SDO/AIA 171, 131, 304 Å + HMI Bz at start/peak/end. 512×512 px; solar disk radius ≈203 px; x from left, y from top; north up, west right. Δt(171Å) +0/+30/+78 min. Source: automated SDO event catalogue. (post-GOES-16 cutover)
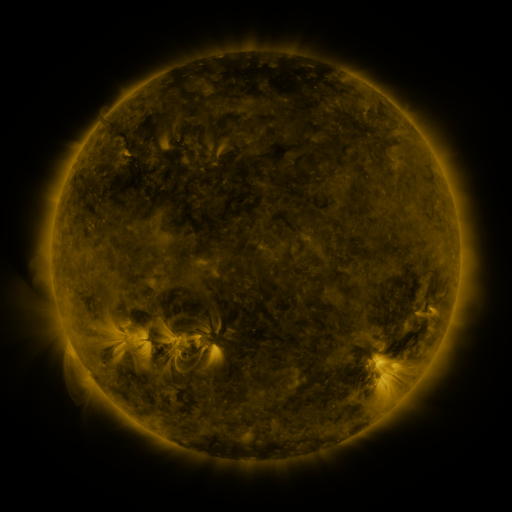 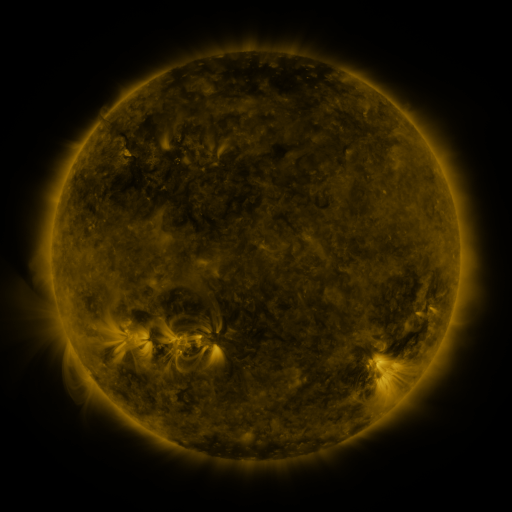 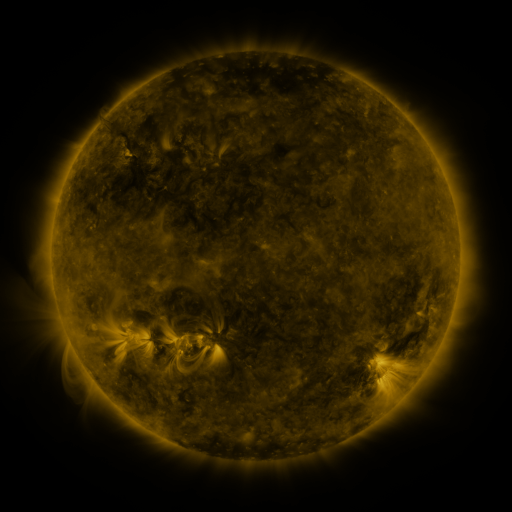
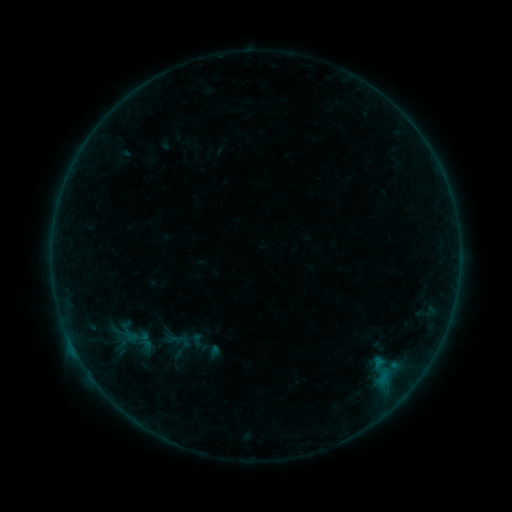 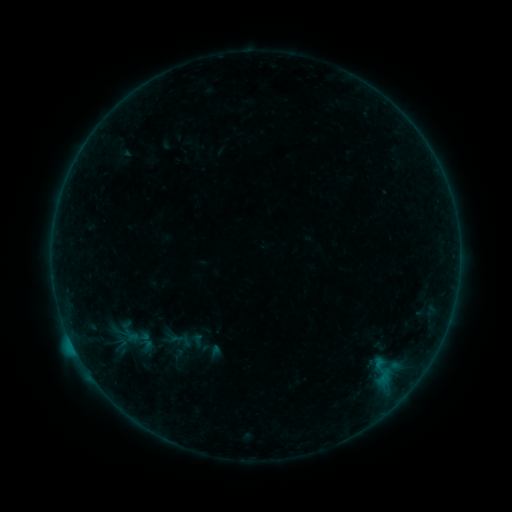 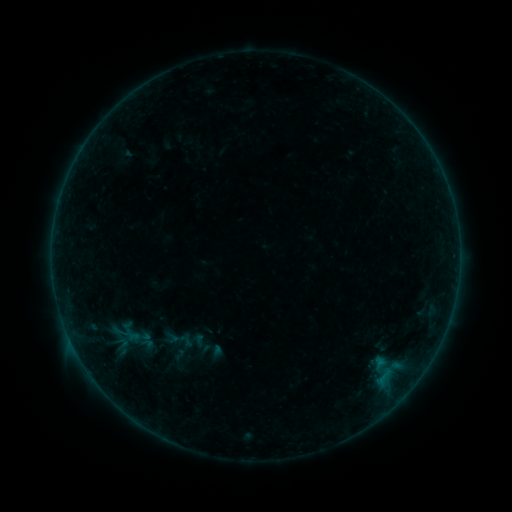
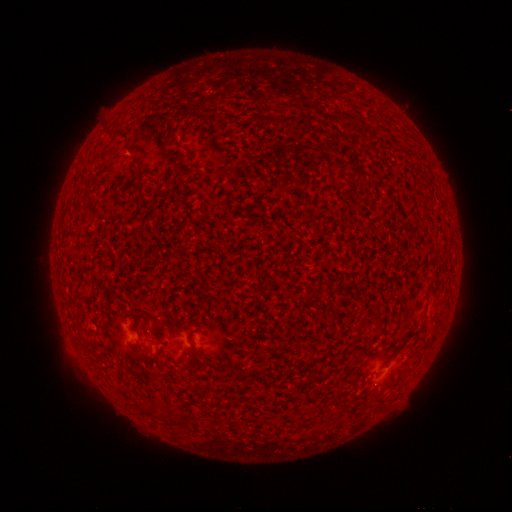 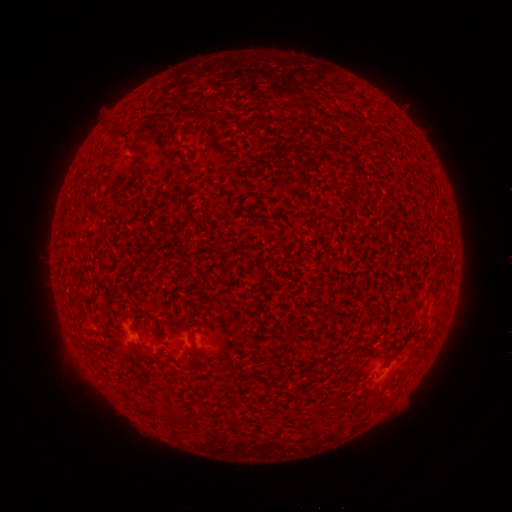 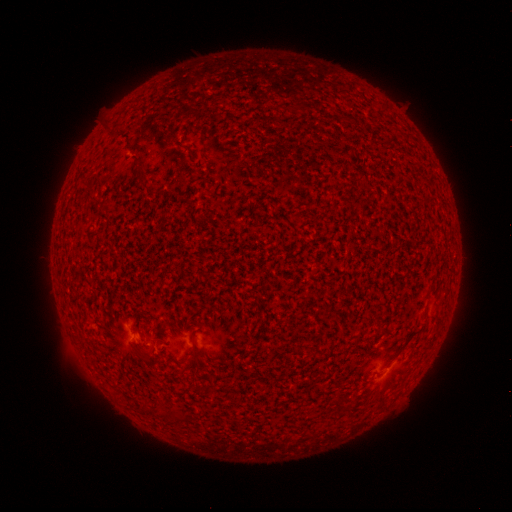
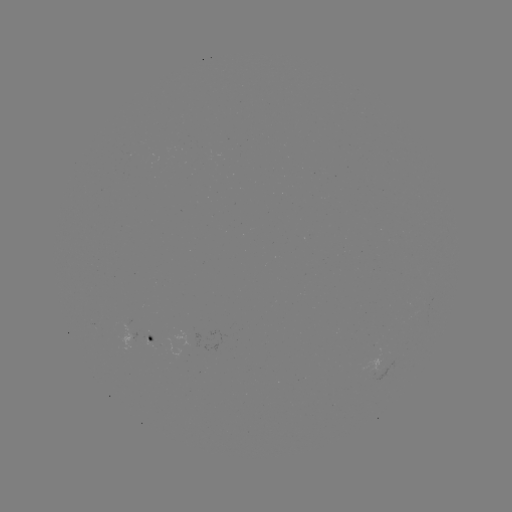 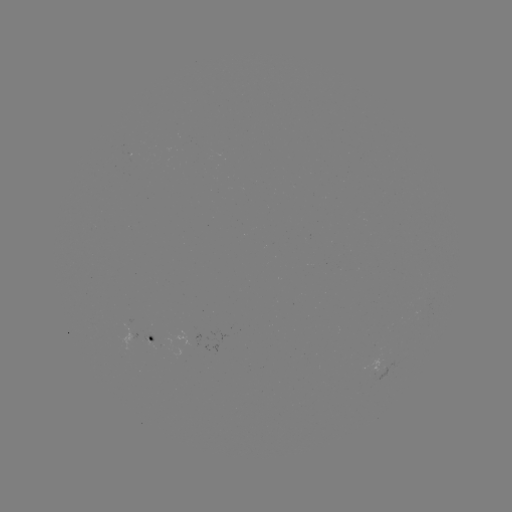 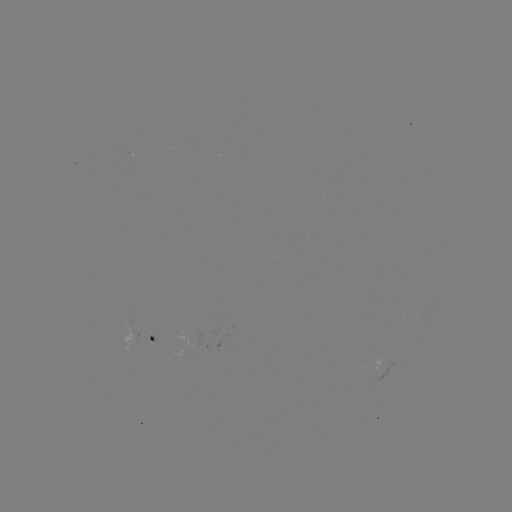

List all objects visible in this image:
B6.4 flare: (75, 348)
